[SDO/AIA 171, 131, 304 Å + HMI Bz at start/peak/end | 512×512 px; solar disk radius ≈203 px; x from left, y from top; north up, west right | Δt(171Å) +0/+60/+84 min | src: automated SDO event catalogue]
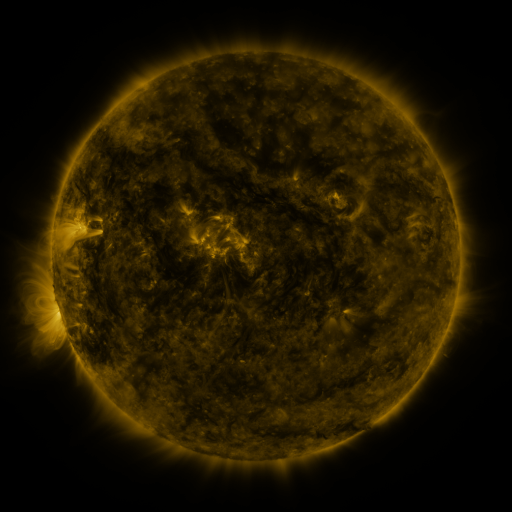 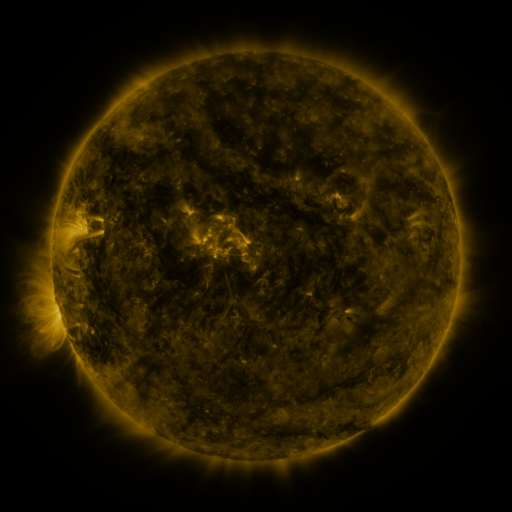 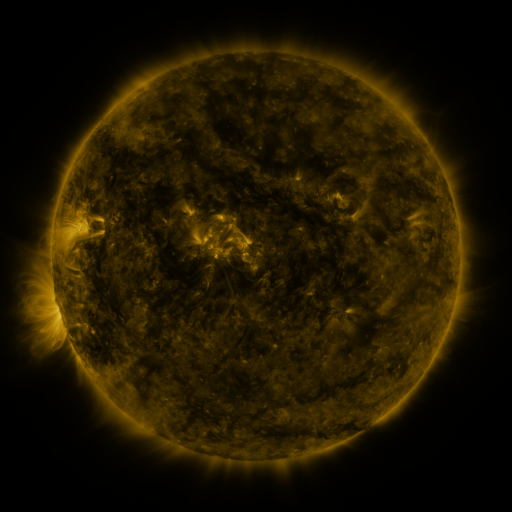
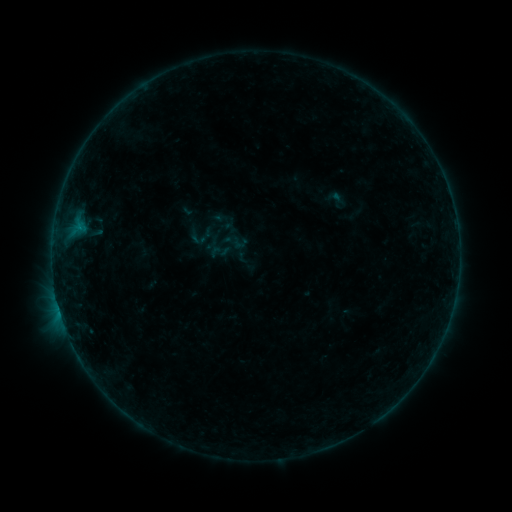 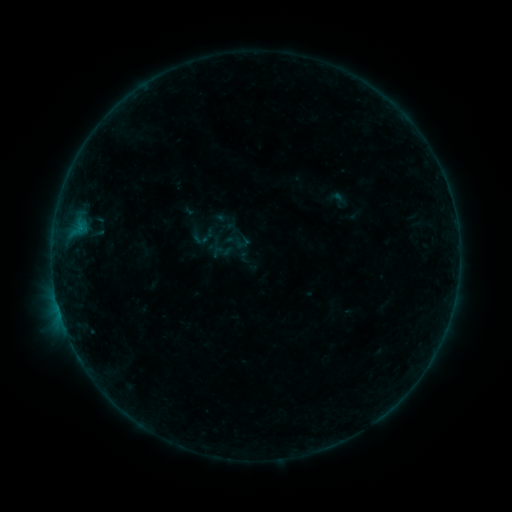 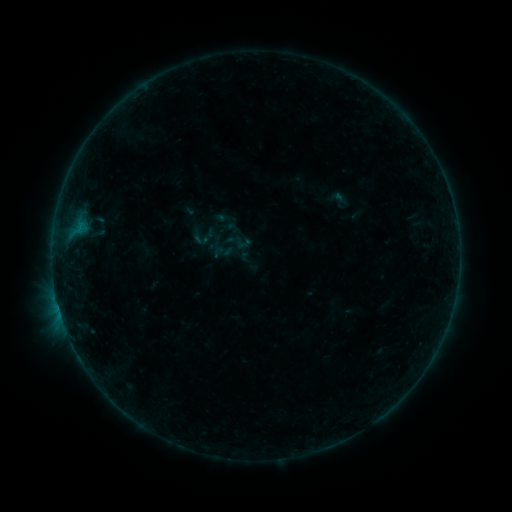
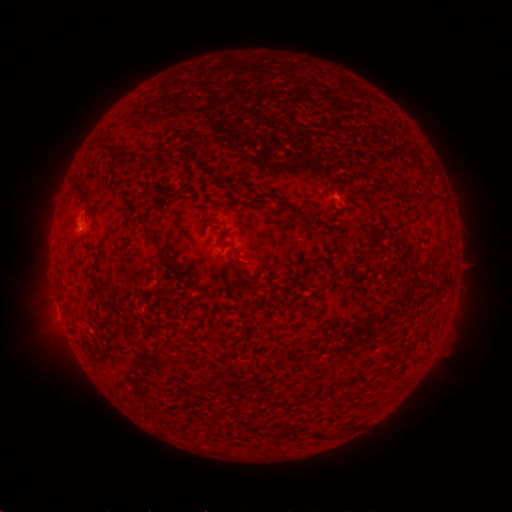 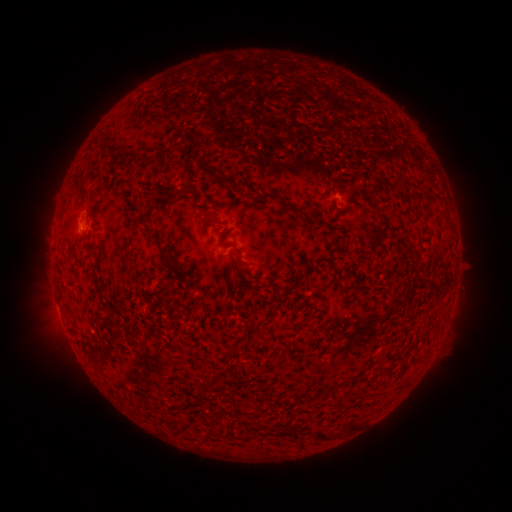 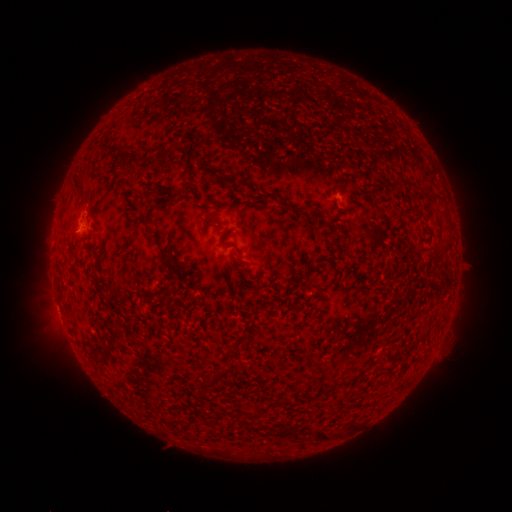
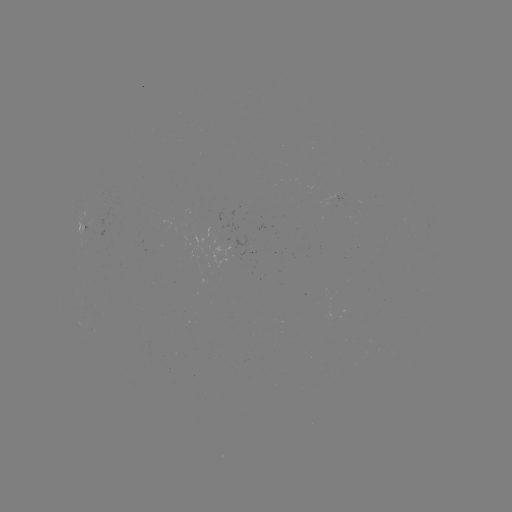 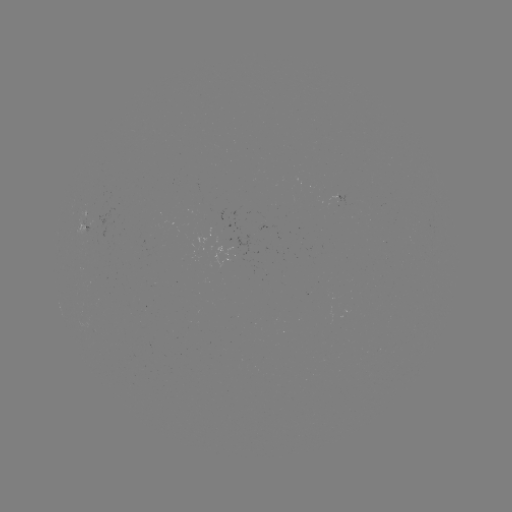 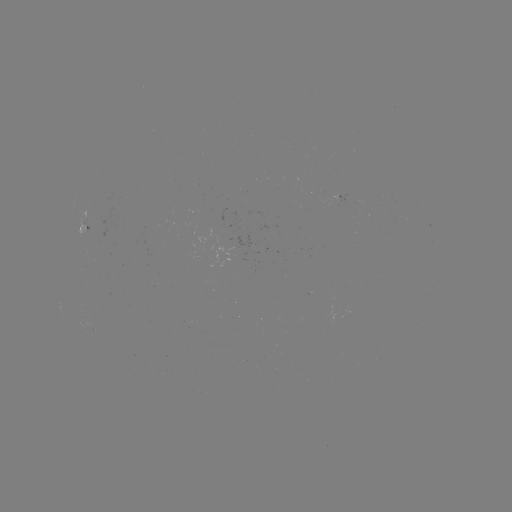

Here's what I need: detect emerging-flux region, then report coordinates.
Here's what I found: emerging-flux region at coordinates [226, 245].